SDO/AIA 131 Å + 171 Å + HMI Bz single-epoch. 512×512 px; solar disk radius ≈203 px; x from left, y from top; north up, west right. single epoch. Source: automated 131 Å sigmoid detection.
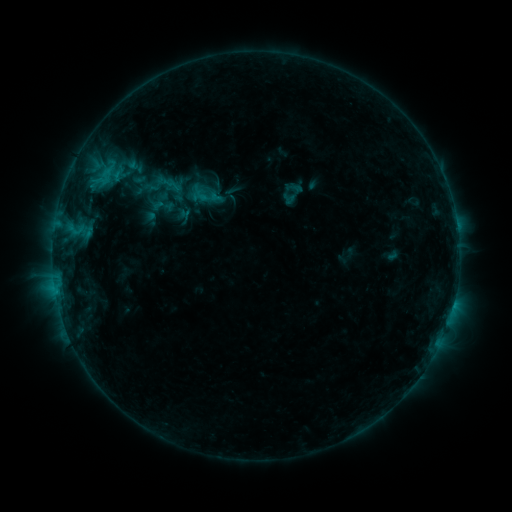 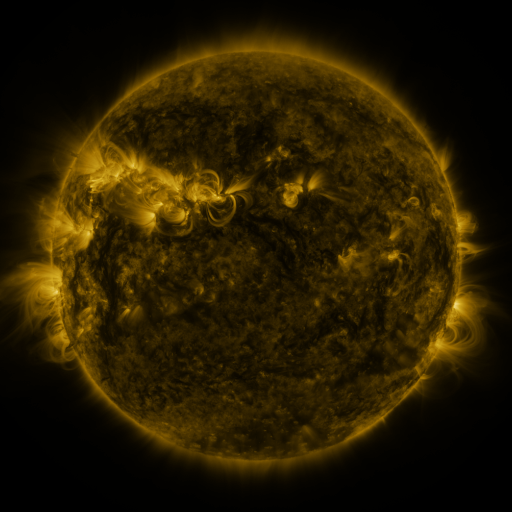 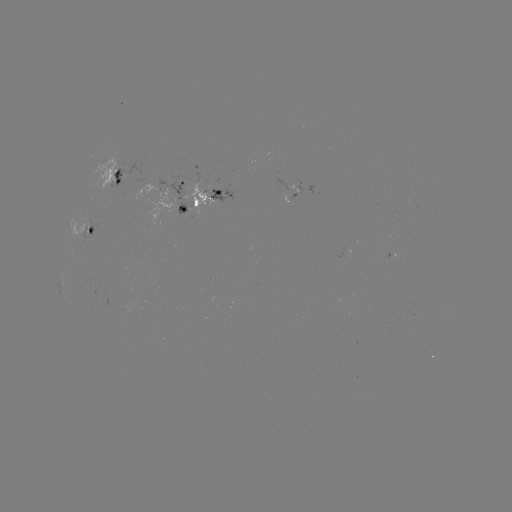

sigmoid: <bbox>148, 176, 165, 193</bbox>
